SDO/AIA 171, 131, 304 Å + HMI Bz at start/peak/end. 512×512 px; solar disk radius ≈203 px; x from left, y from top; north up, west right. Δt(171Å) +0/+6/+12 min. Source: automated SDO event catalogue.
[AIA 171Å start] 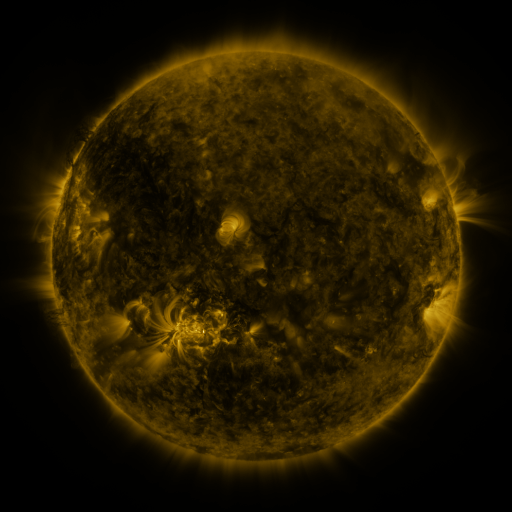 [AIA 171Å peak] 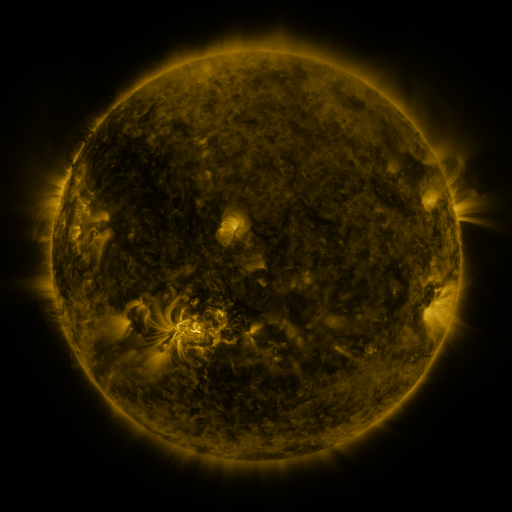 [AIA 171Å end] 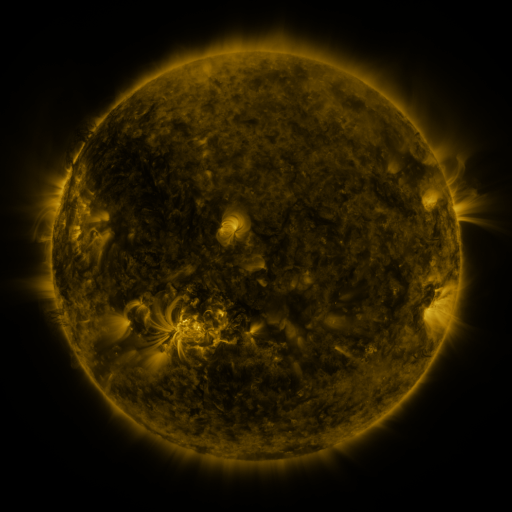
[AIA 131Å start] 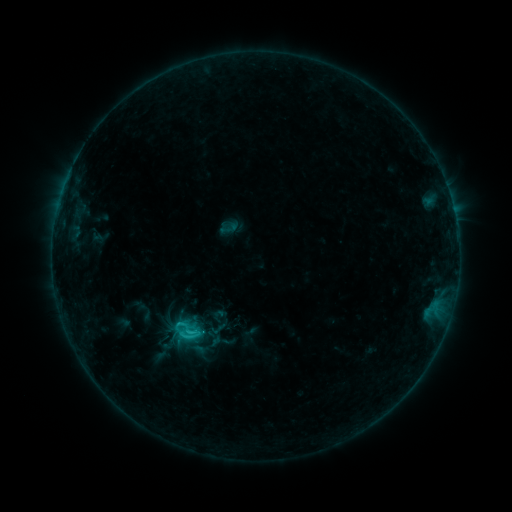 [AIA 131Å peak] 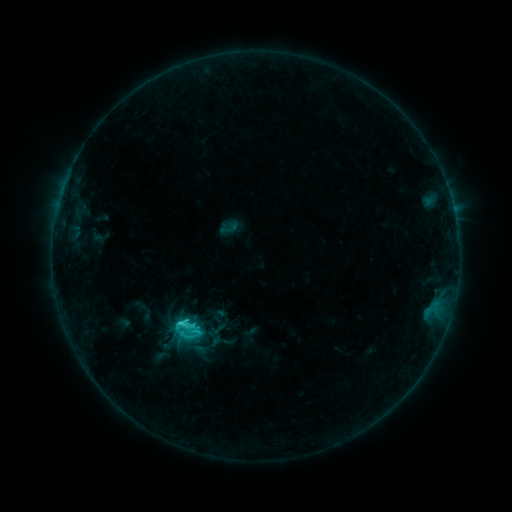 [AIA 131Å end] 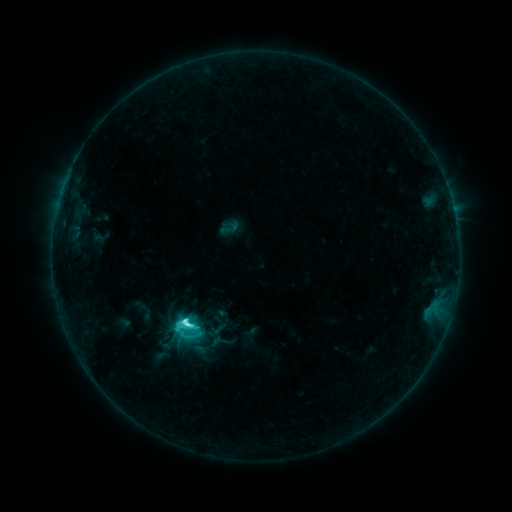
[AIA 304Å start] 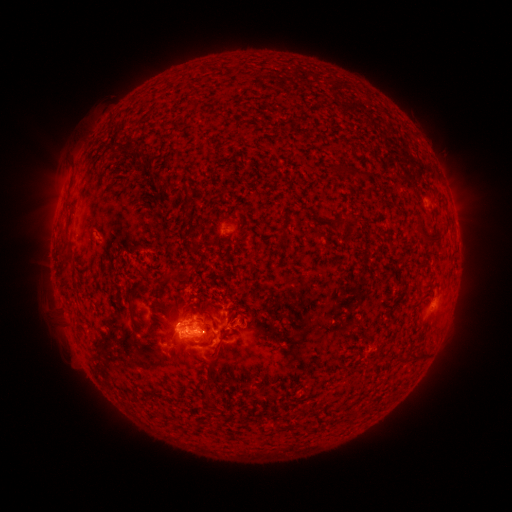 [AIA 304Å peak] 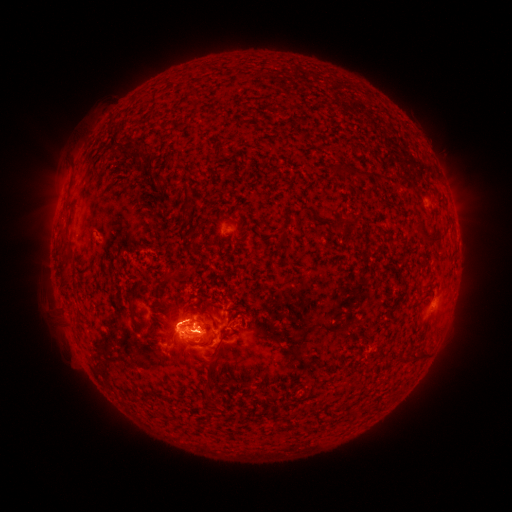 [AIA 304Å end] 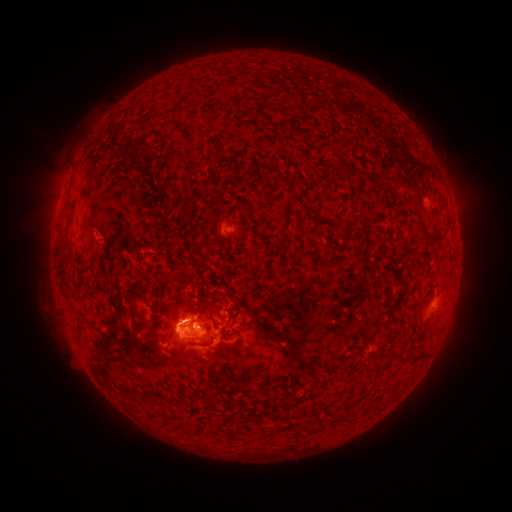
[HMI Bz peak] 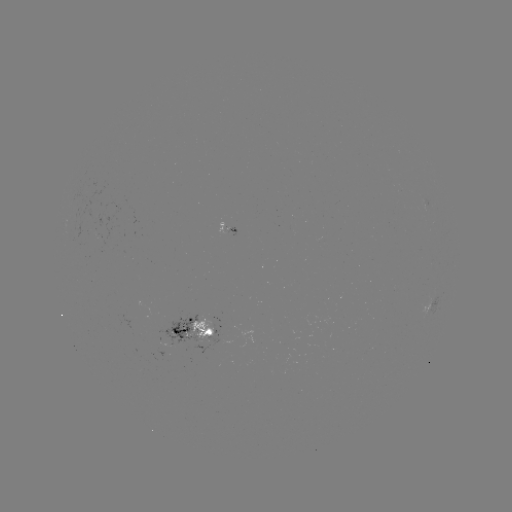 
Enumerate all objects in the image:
eruption: (184, 308)
